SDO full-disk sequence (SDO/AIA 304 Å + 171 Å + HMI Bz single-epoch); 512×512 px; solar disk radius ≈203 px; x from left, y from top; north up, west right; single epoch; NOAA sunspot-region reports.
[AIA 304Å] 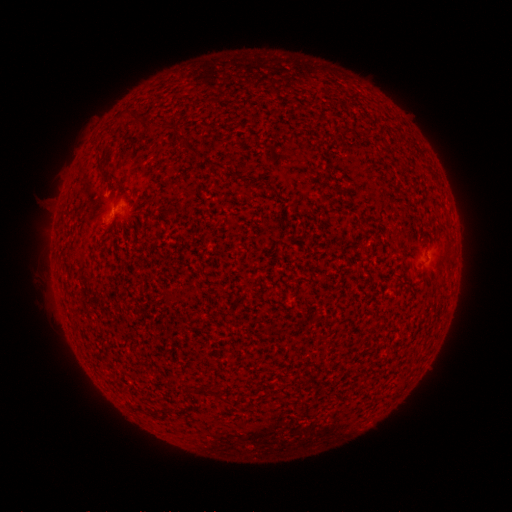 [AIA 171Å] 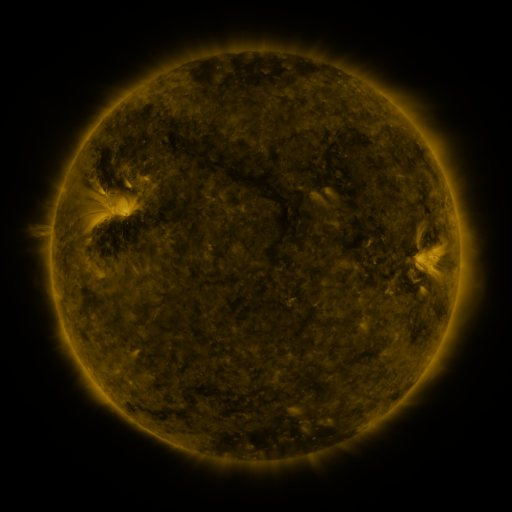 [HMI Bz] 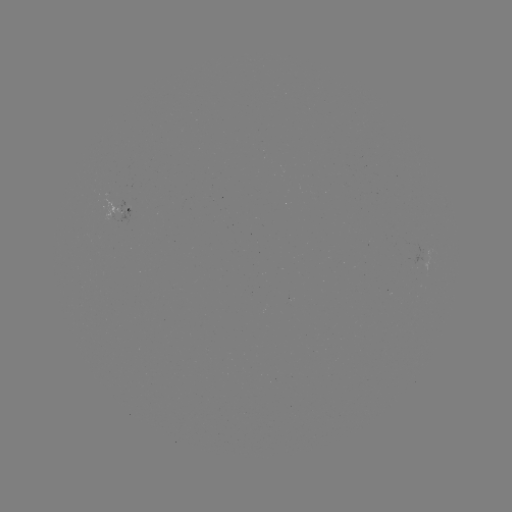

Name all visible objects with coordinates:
spotted active region: (127, 201)
